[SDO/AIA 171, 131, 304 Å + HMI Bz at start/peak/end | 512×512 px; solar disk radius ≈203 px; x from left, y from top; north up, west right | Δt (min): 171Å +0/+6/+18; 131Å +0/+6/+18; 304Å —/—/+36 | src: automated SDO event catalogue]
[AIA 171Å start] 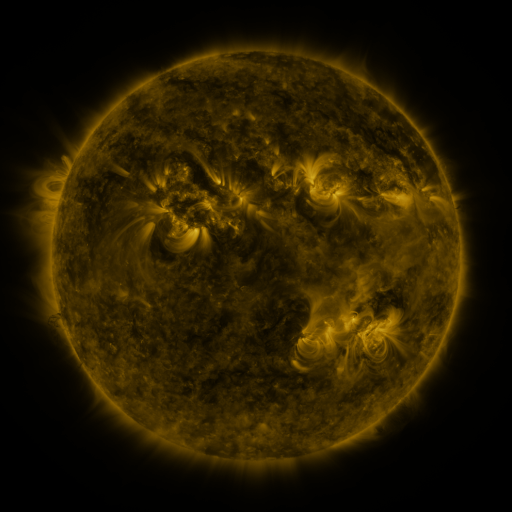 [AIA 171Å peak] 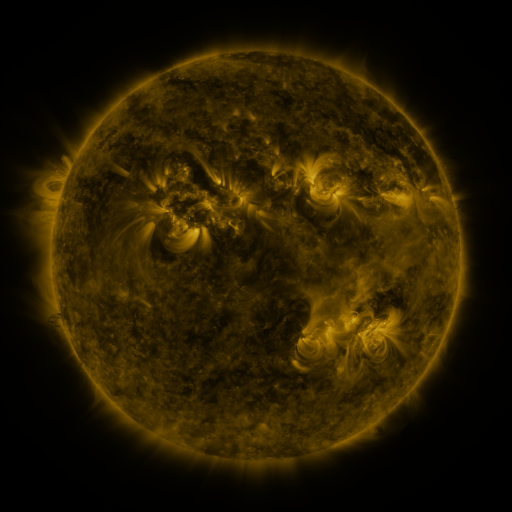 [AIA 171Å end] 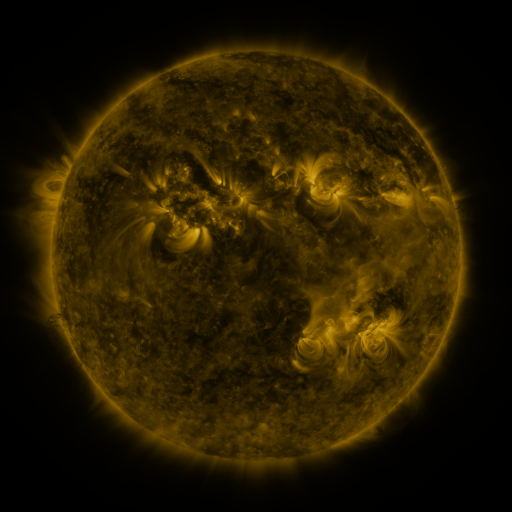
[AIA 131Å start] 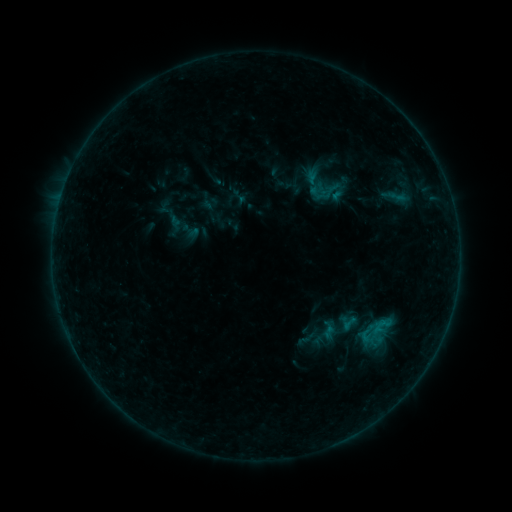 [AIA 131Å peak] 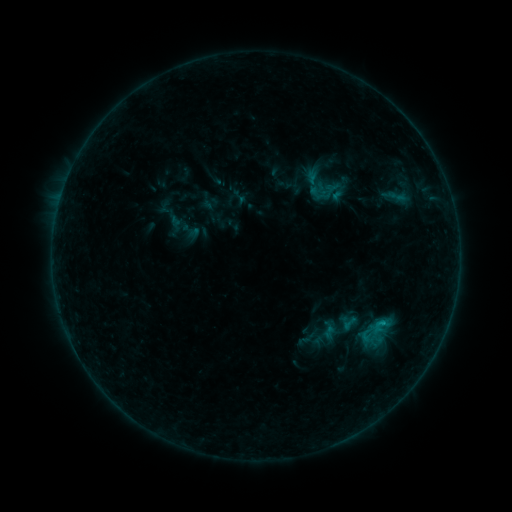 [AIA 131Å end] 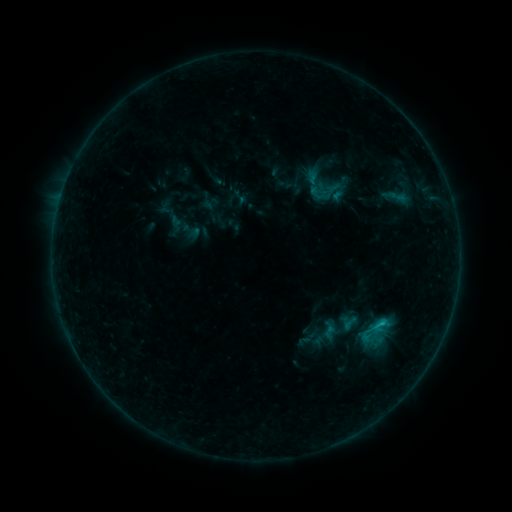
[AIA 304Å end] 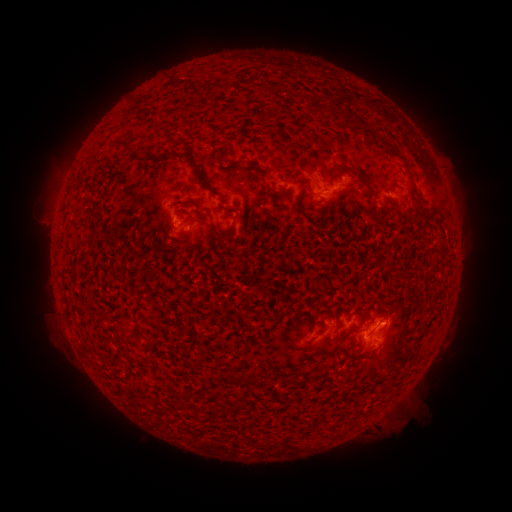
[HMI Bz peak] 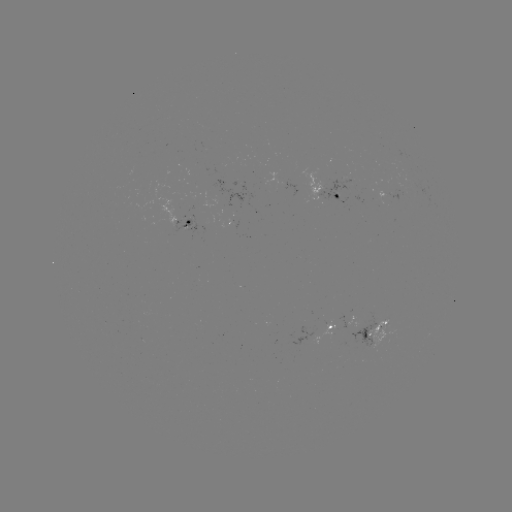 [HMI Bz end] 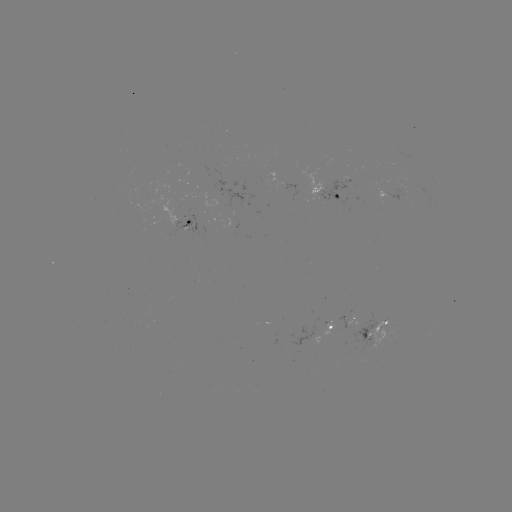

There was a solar flare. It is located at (382, 322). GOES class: C1.2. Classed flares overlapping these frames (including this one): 1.